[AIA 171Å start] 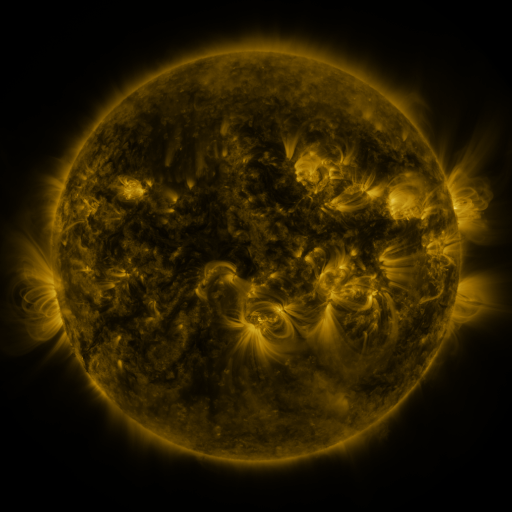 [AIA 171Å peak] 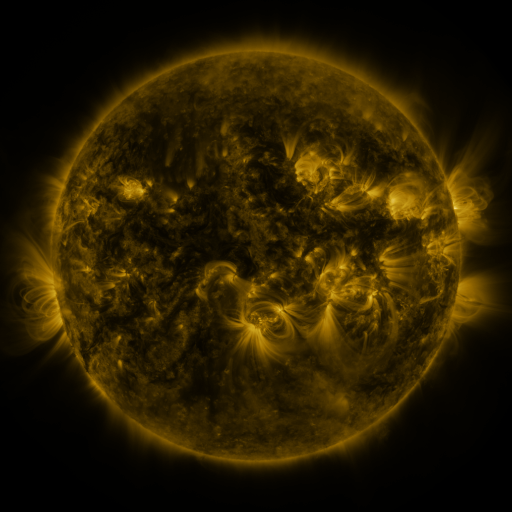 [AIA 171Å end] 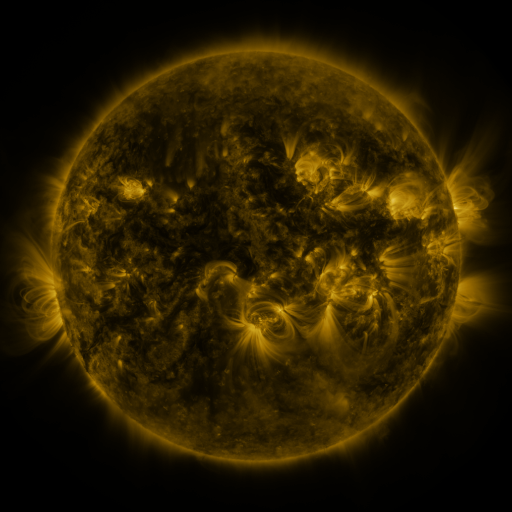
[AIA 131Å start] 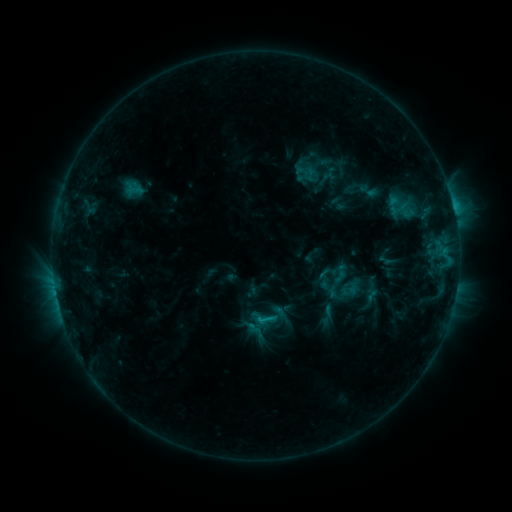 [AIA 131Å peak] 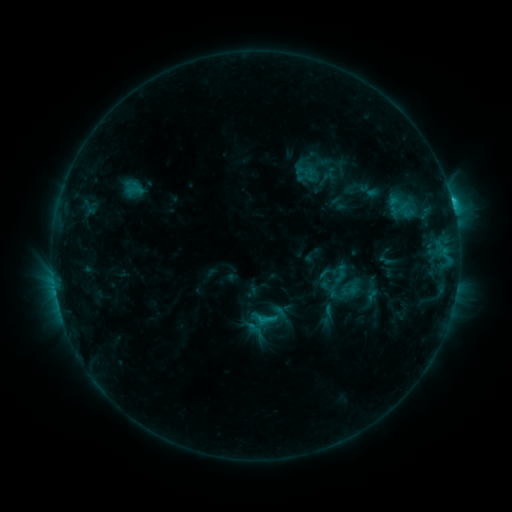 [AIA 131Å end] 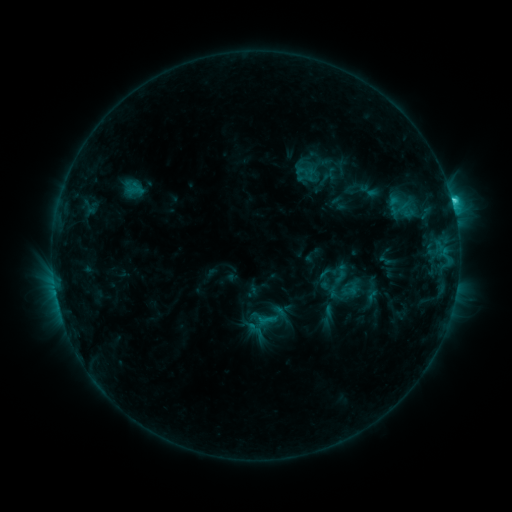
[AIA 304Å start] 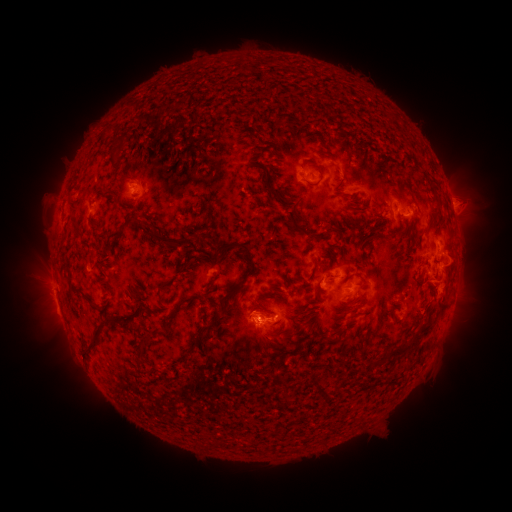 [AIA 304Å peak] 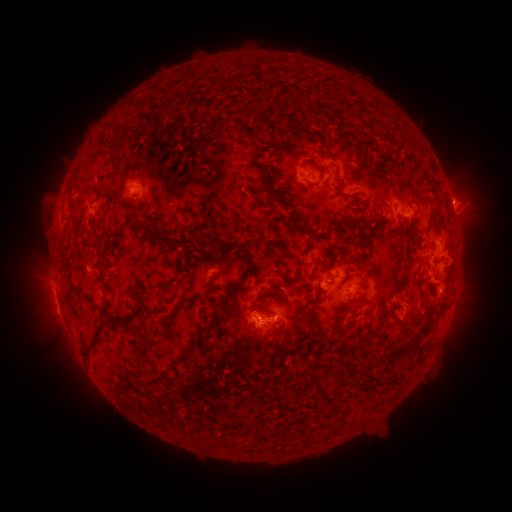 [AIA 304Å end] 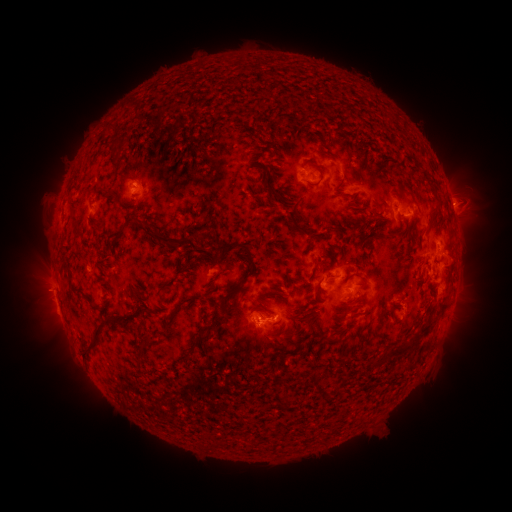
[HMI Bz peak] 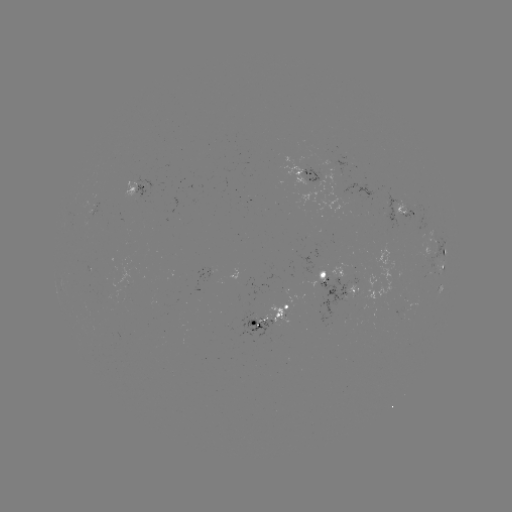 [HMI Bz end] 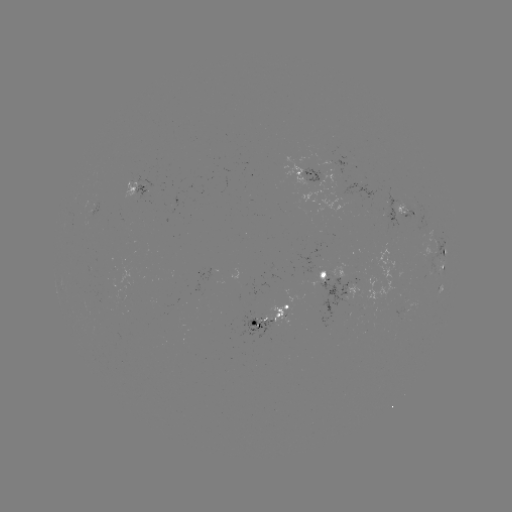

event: eruption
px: (454, 200)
